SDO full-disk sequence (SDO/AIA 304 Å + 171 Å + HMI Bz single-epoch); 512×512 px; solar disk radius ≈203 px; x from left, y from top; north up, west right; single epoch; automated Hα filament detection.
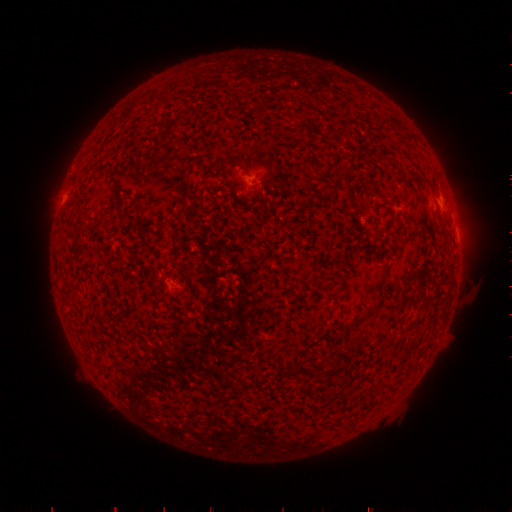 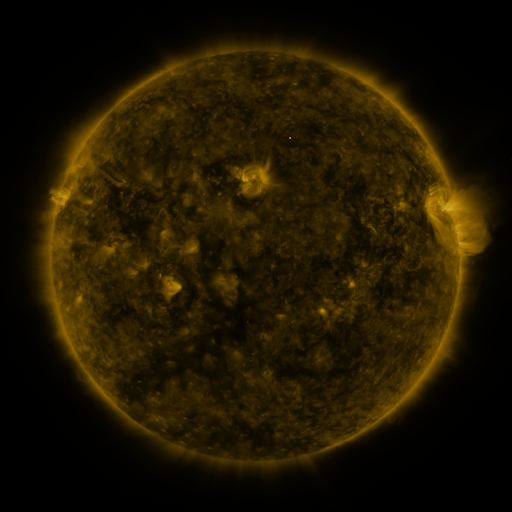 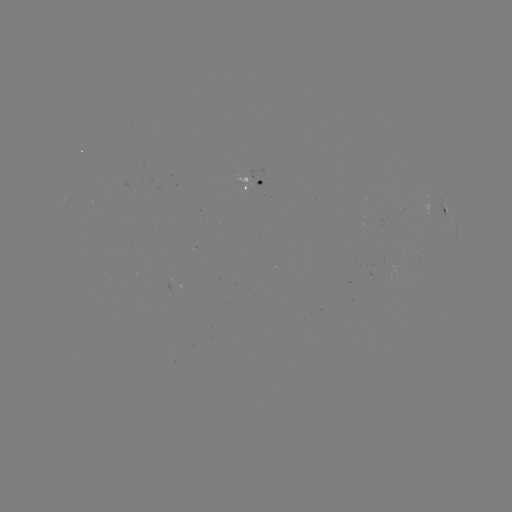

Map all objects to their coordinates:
filament: (148, 92, 158, 104)
filament: (378, 120, 389, 132)
filament: (335, 172, 347, 183)
filament: (392, 216, 401, 228)
filament: (296, 272, 310, 295)
filament: (364, 305, 377, 315)
